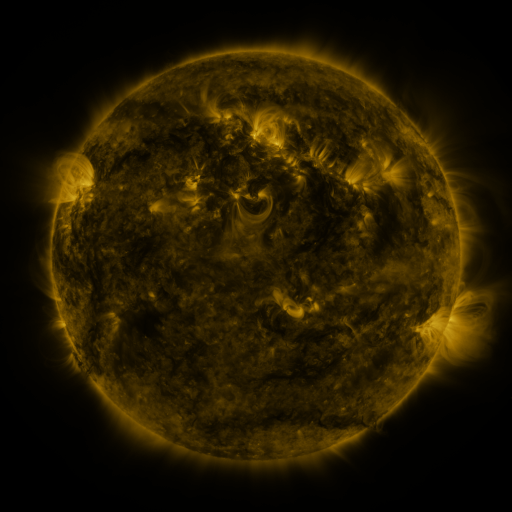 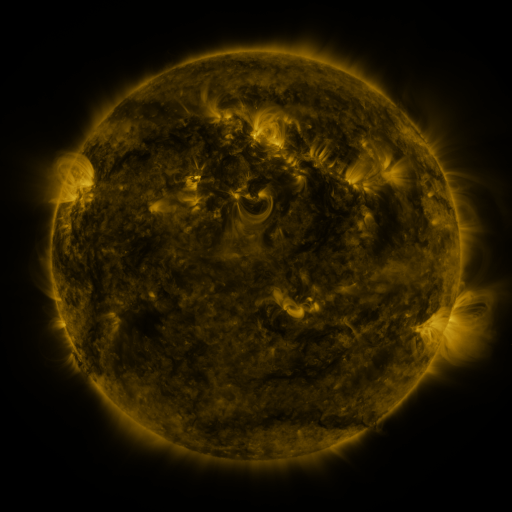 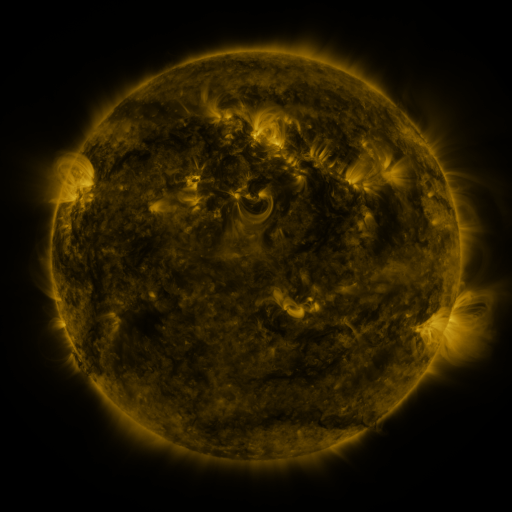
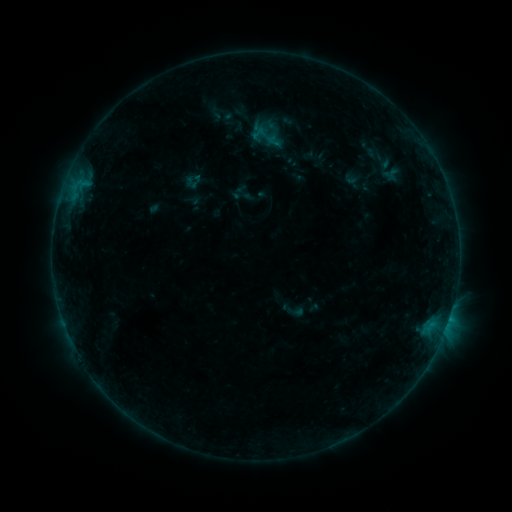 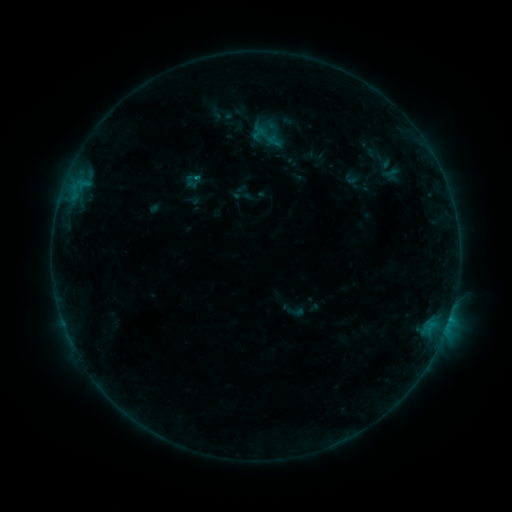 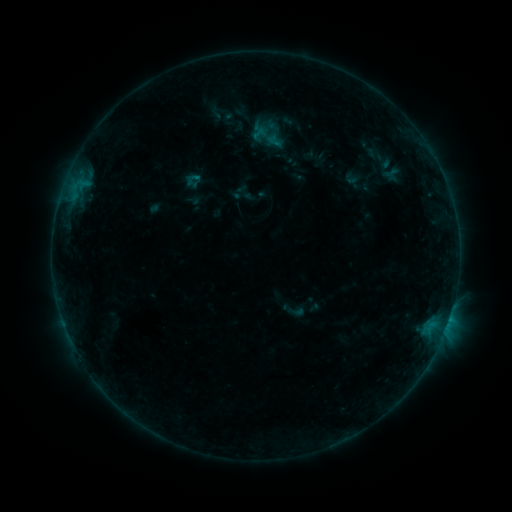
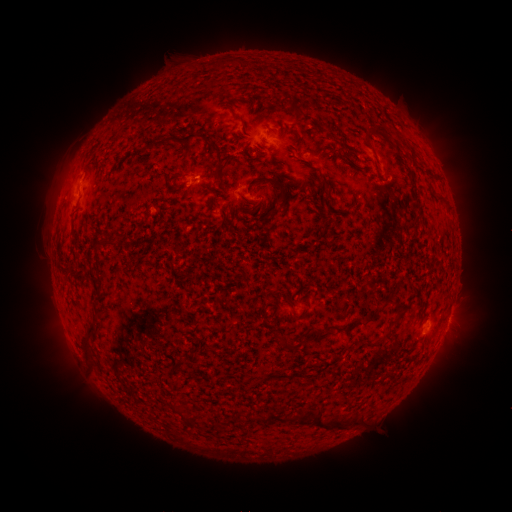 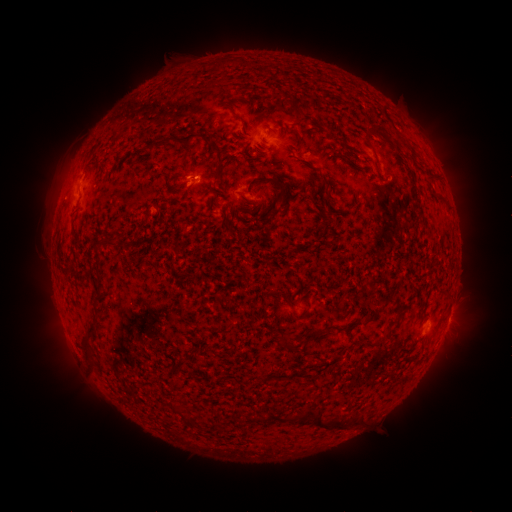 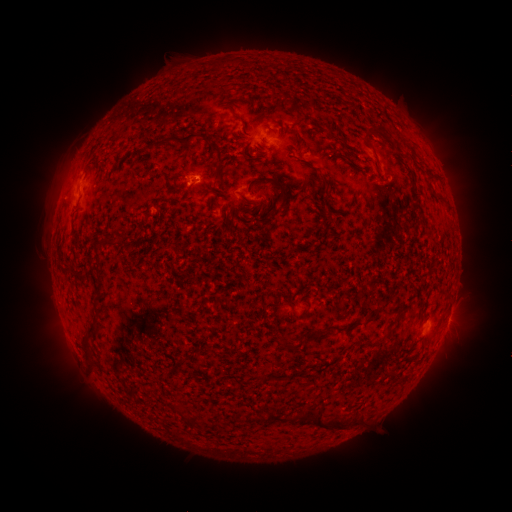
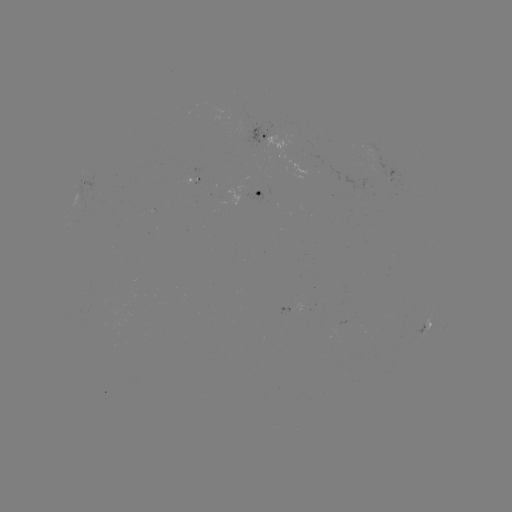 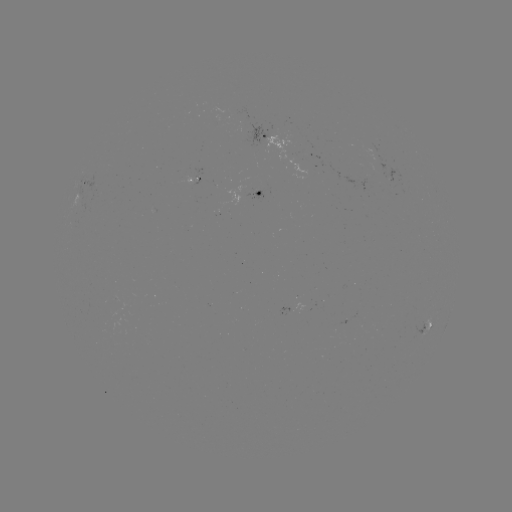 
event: flare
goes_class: B3.2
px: (198, 180)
